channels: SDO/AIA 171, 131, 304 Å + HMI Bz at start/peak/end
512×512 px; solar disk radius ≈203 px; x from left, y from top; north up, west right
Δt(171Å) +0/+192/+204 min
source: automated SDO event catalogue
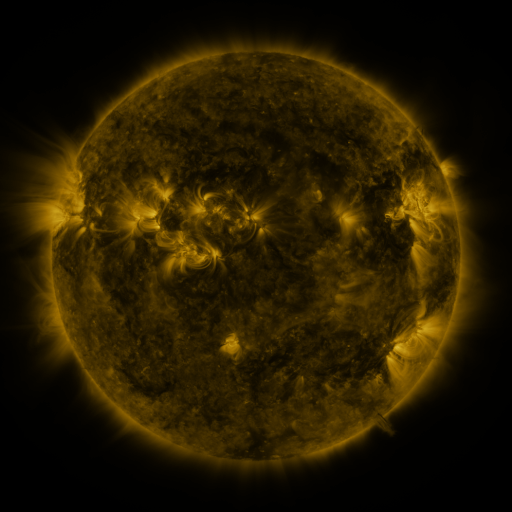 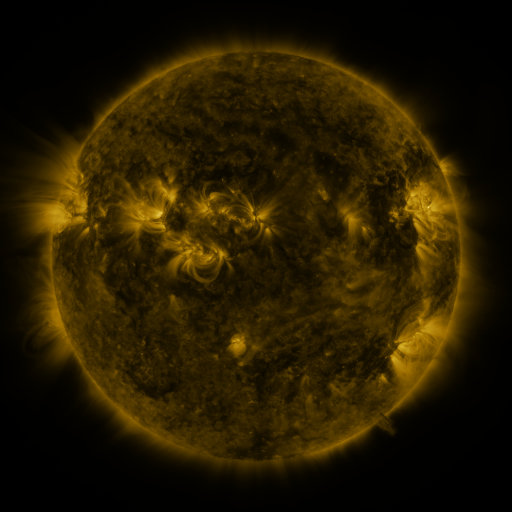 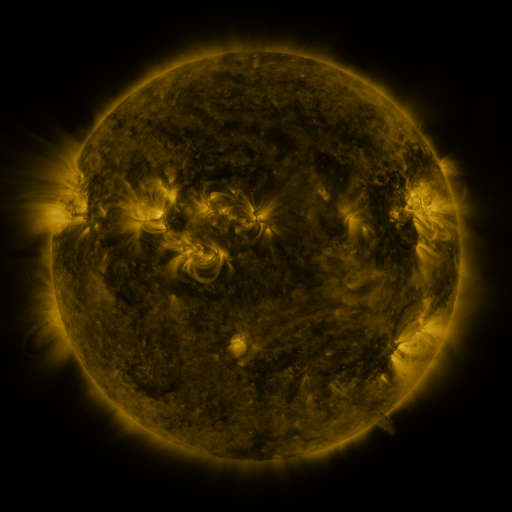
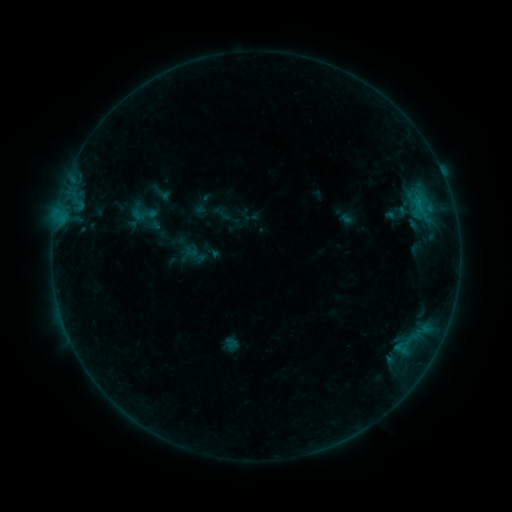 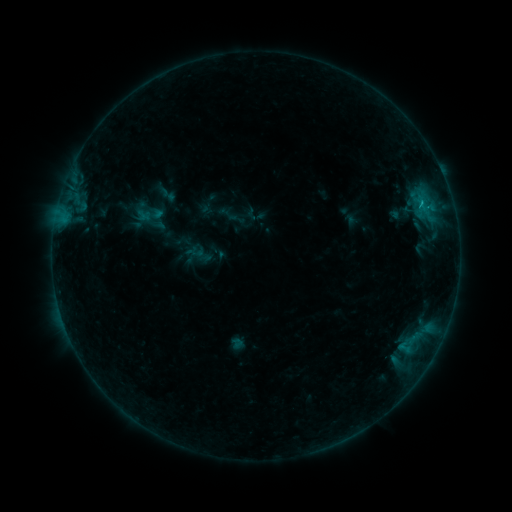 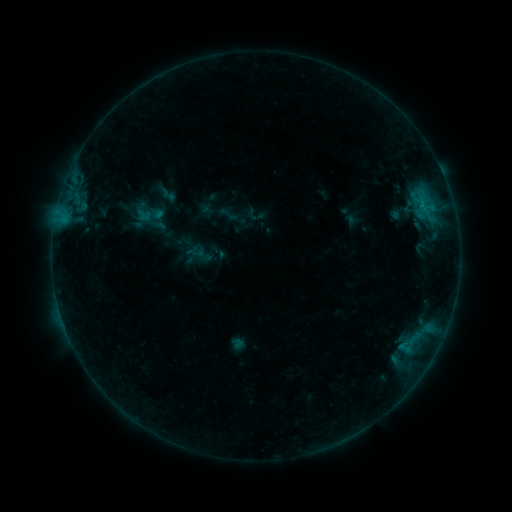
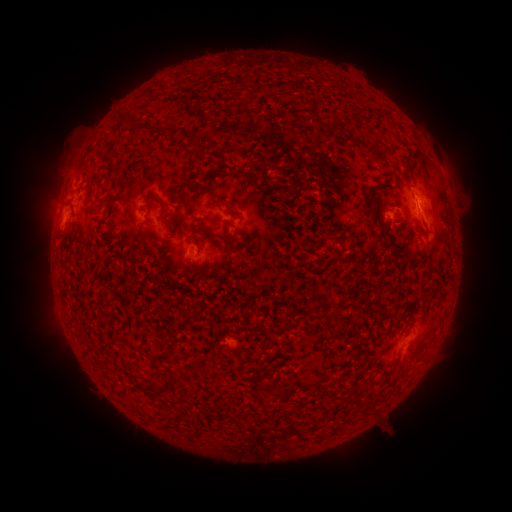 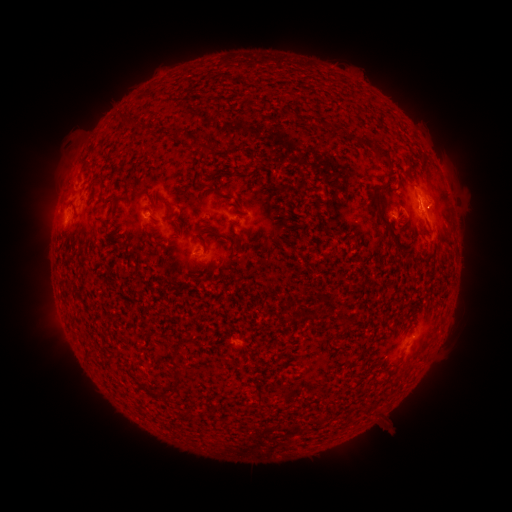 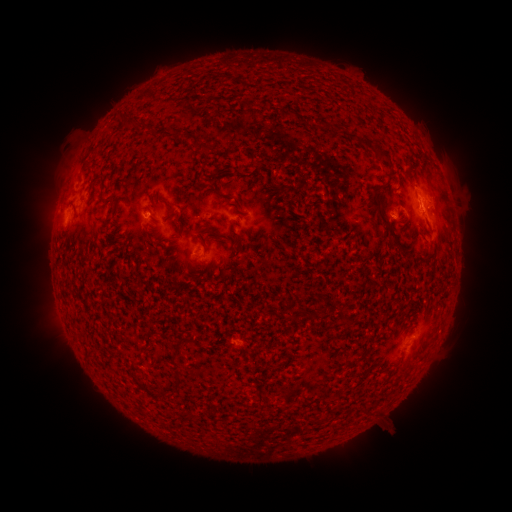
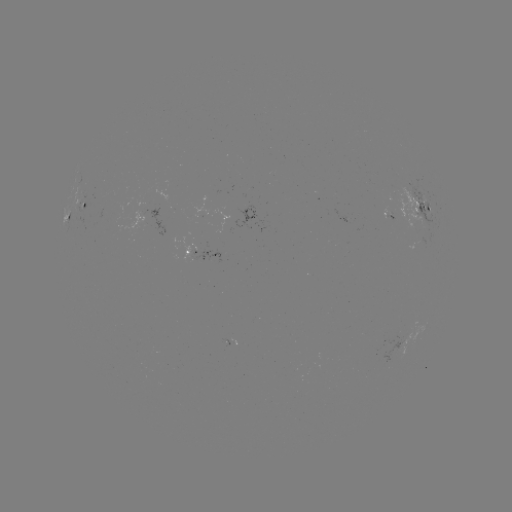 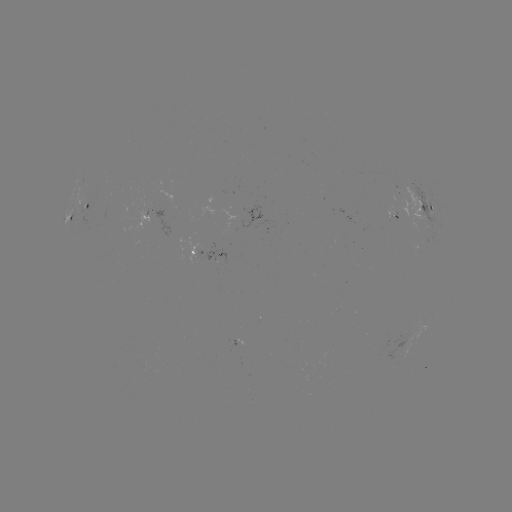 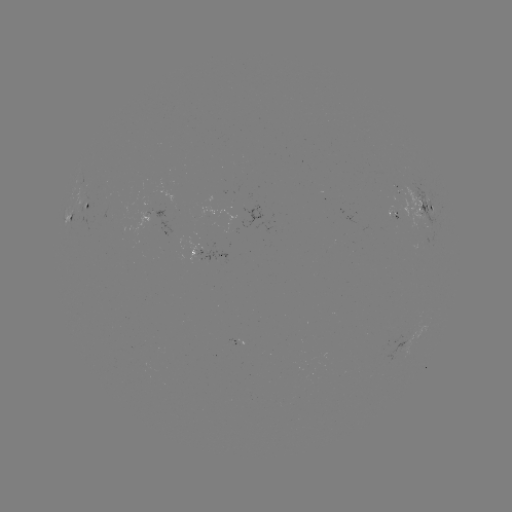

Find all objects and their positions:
emerging-flux region: (399, 192)
